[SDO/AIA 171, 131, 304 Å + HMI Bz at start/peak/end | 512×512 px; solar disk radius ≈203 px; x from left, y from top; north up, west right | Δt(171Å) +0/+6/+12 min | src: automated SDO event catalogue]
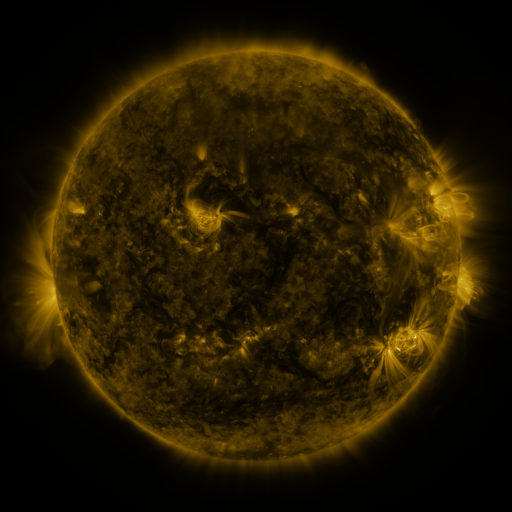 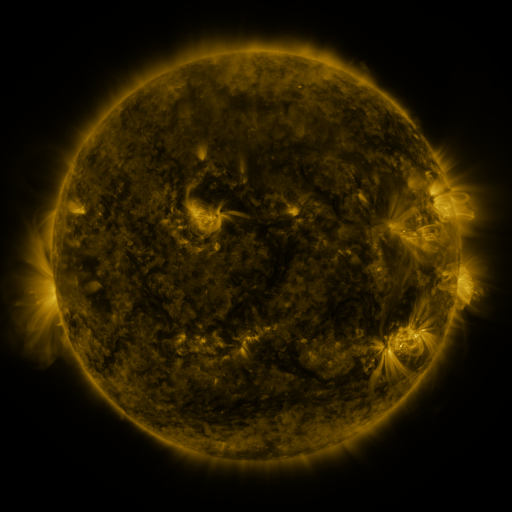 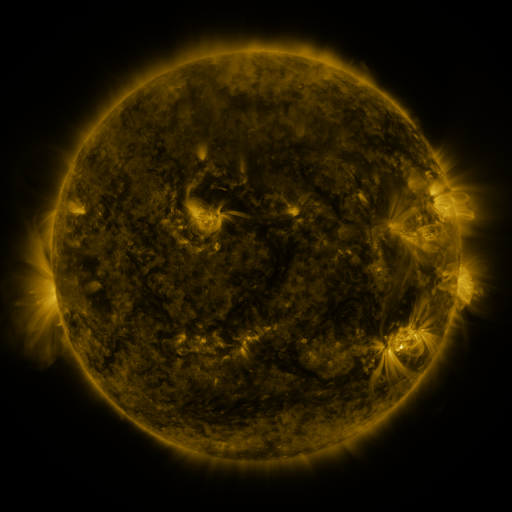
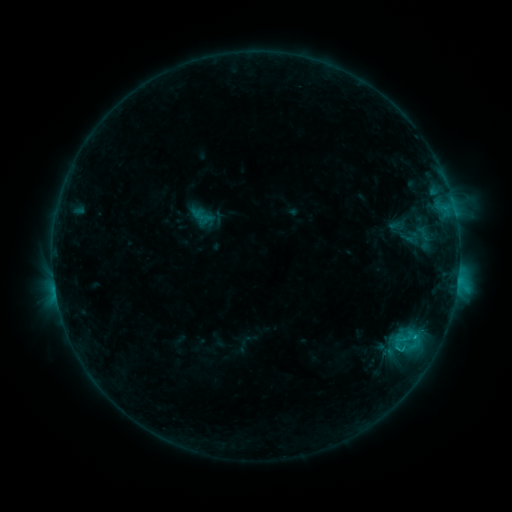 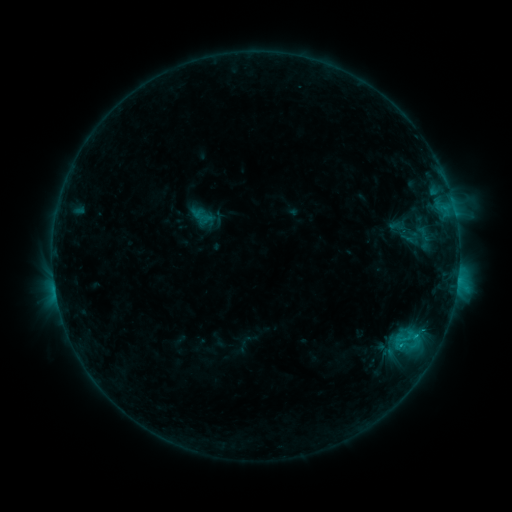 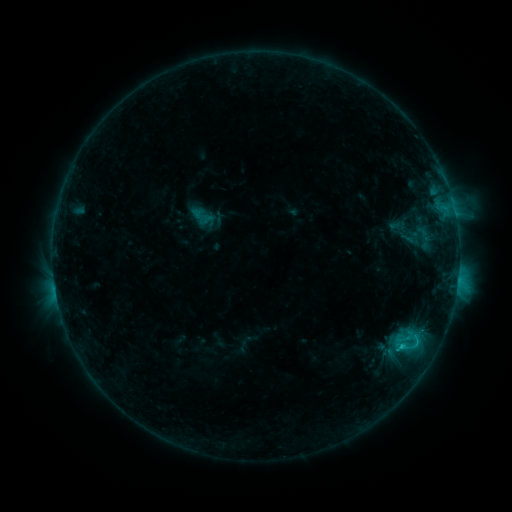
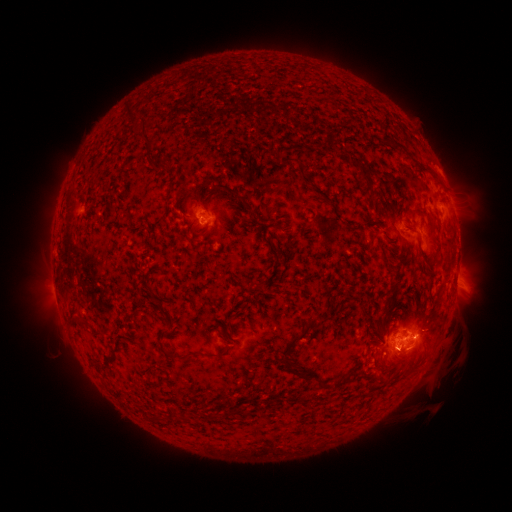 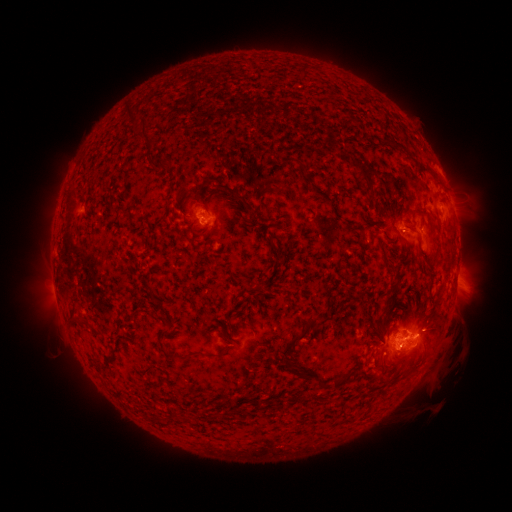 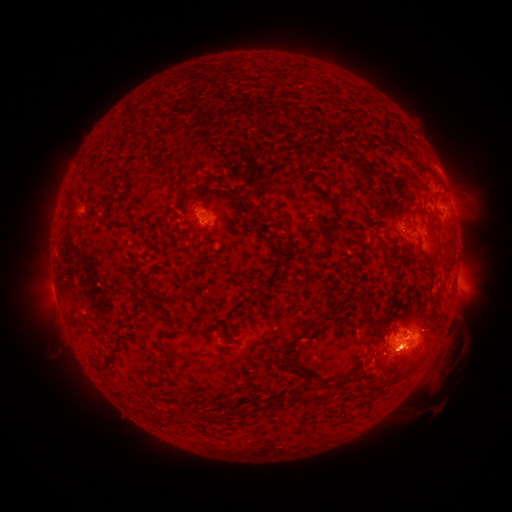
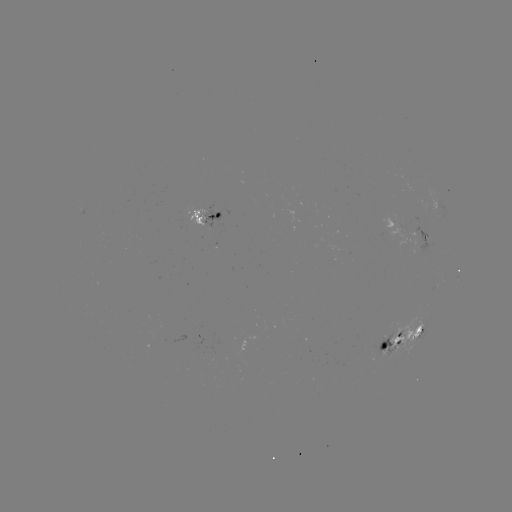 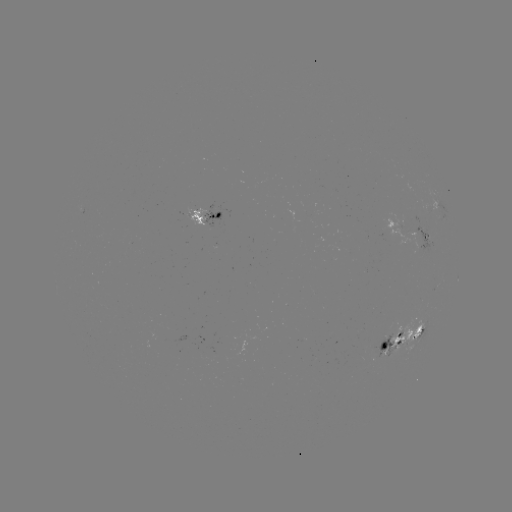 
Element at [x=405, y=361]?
eruption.